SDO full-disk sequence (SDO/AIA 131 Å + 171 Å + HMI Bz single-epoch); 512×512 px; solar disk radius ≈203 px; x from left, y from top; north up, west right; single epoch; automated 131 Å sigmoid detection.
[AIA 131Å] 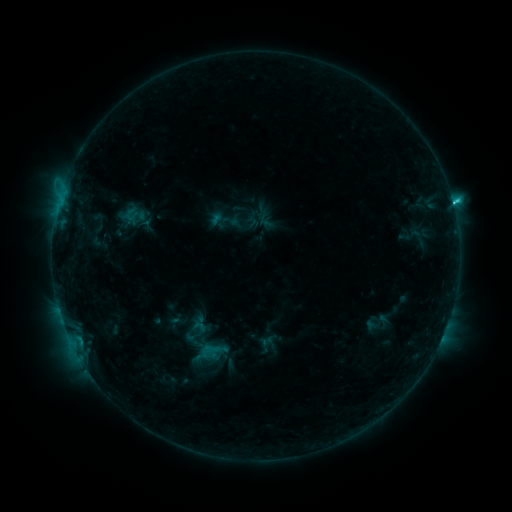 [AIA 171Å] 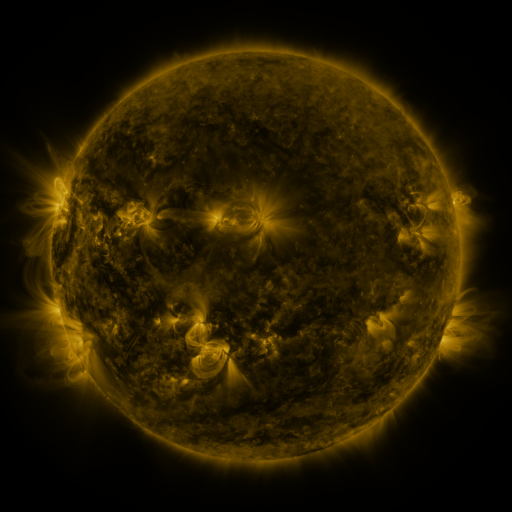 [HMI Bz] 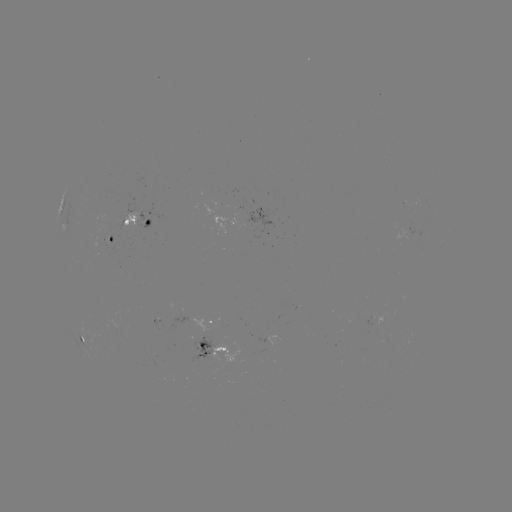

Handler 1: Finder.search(sigmoid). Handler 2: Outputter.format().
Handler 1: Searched sigmoid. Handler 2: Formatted [225, 220].